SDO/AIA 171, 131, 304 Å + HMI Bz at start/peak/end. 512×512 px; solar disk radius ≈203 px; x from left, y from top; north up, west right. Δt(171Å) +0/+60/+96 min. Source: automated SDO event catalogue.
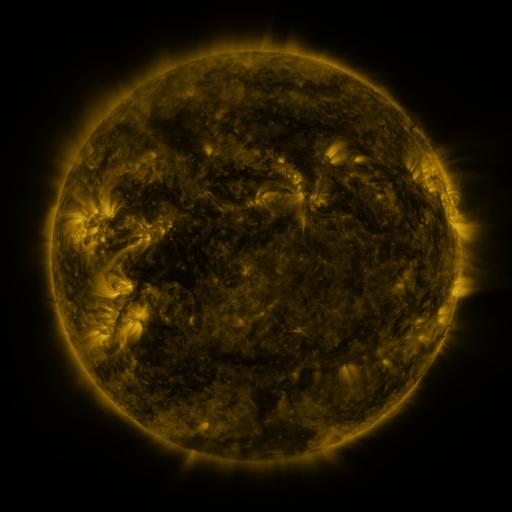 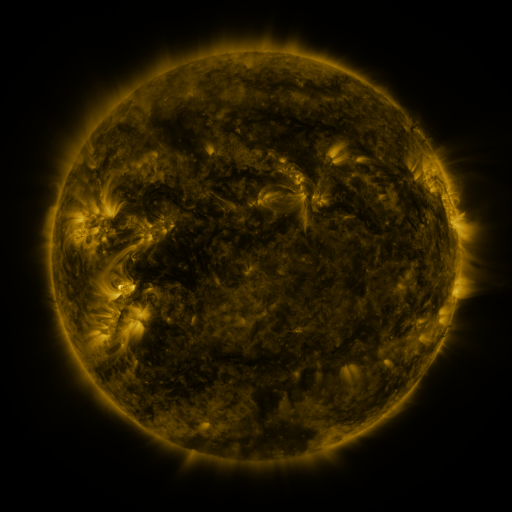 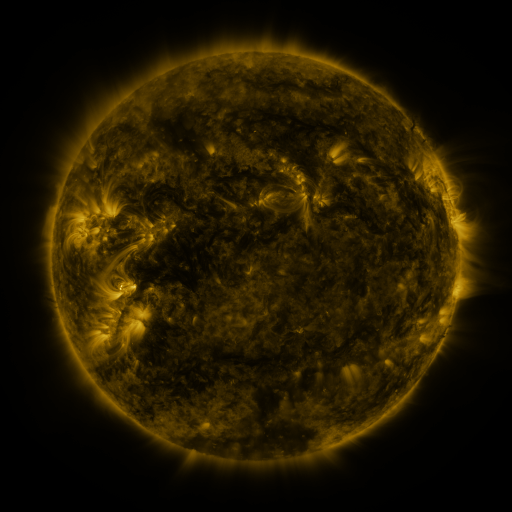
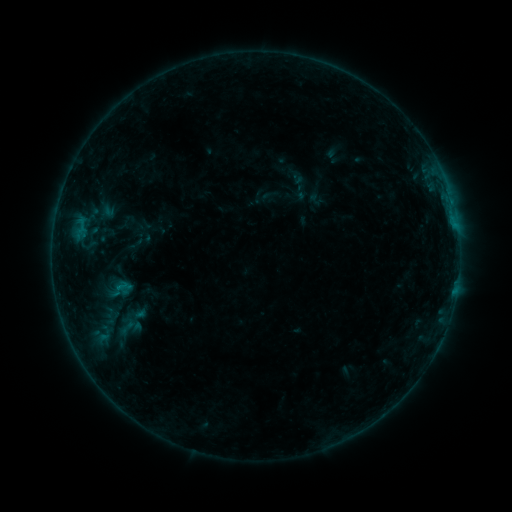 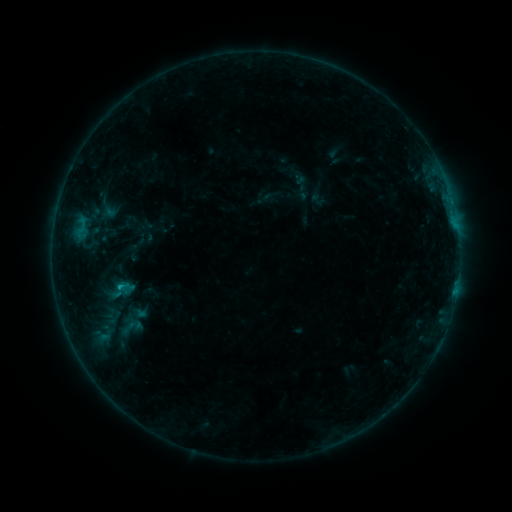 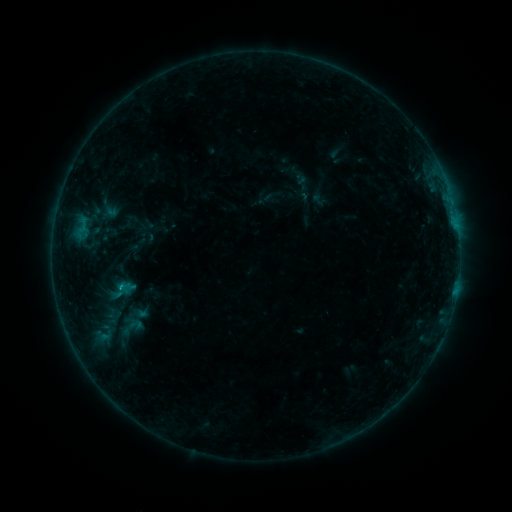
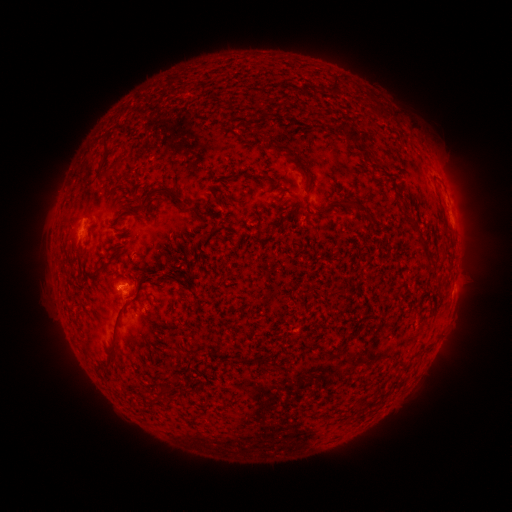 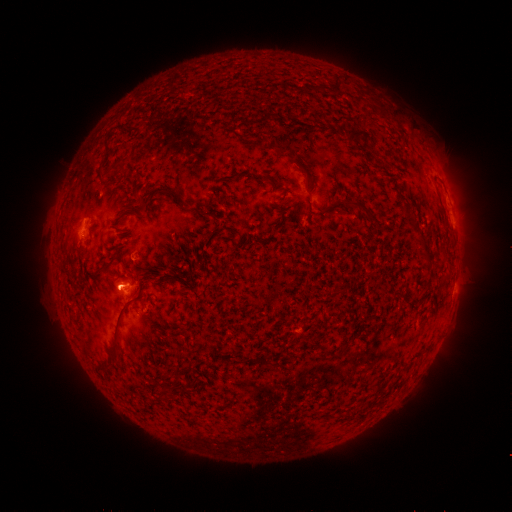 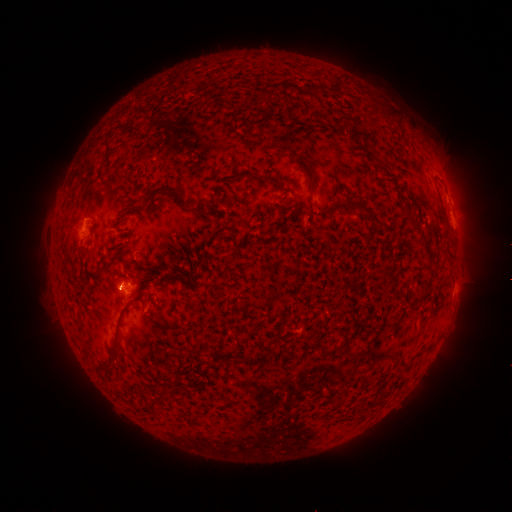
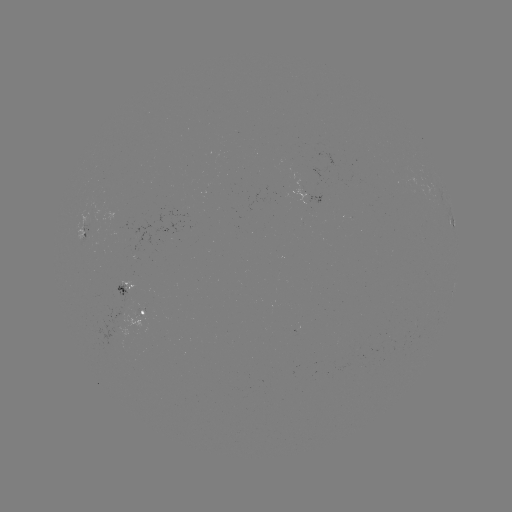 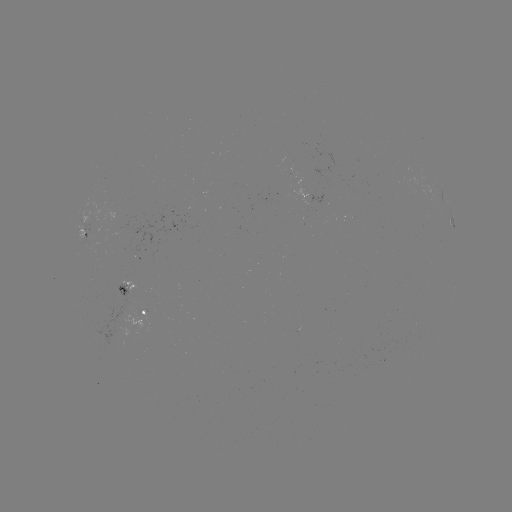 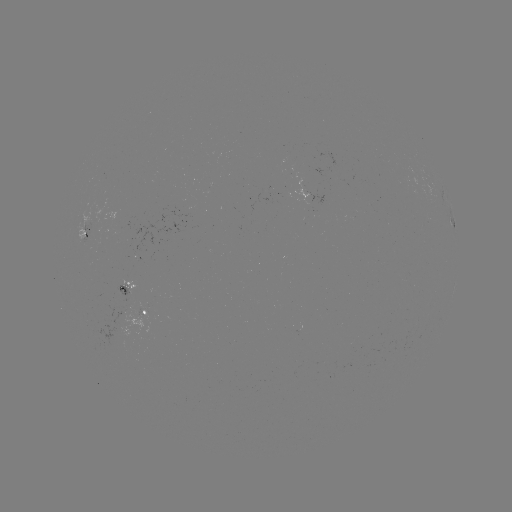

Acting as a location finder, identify emerging-flux region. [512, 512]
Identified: (126, 302).